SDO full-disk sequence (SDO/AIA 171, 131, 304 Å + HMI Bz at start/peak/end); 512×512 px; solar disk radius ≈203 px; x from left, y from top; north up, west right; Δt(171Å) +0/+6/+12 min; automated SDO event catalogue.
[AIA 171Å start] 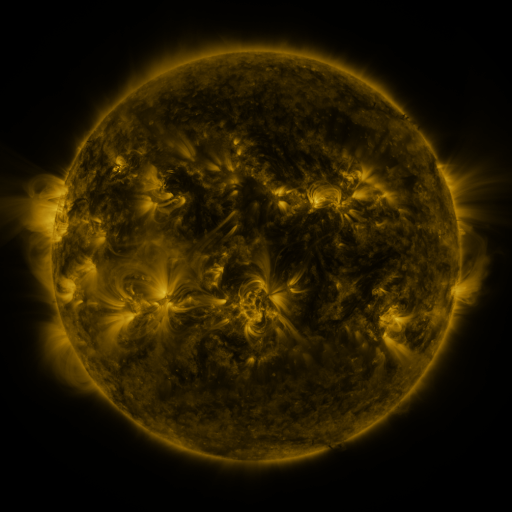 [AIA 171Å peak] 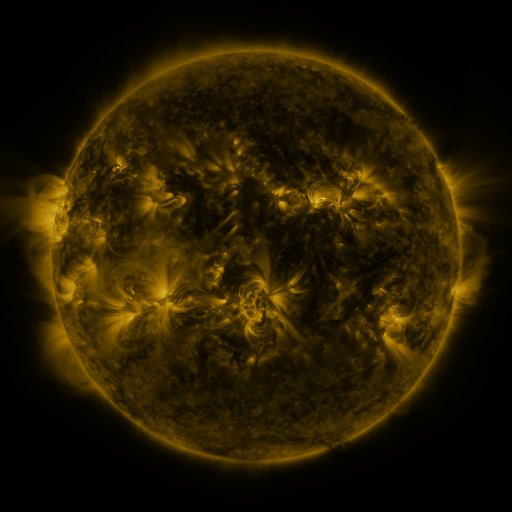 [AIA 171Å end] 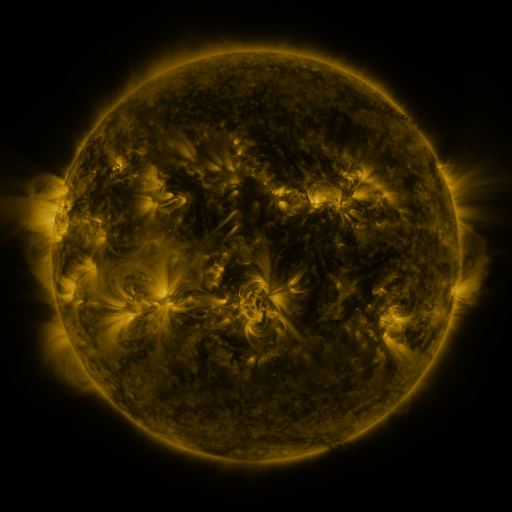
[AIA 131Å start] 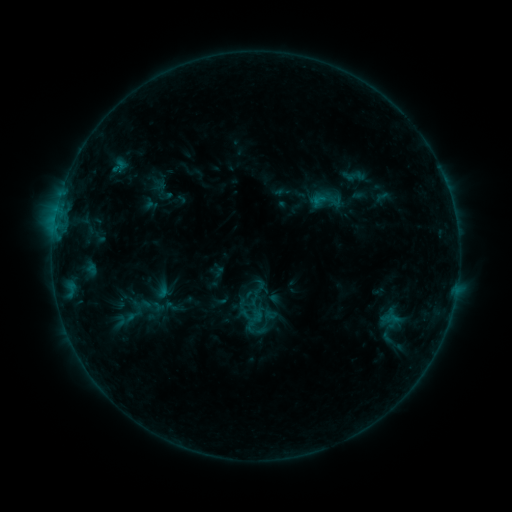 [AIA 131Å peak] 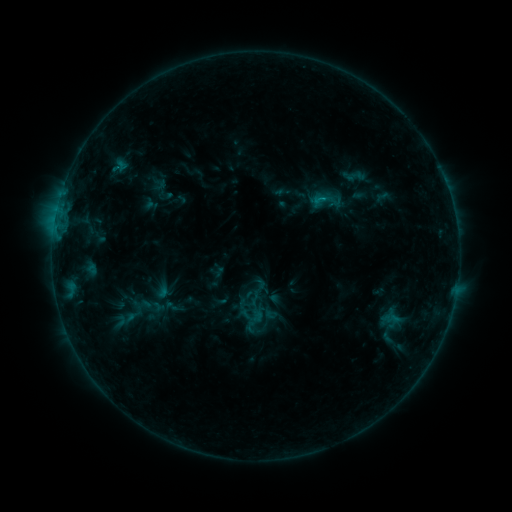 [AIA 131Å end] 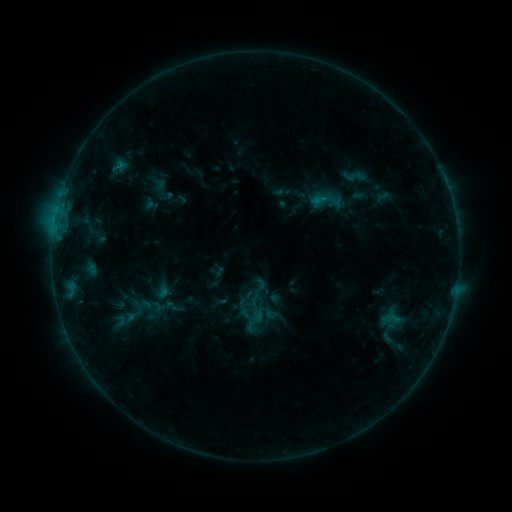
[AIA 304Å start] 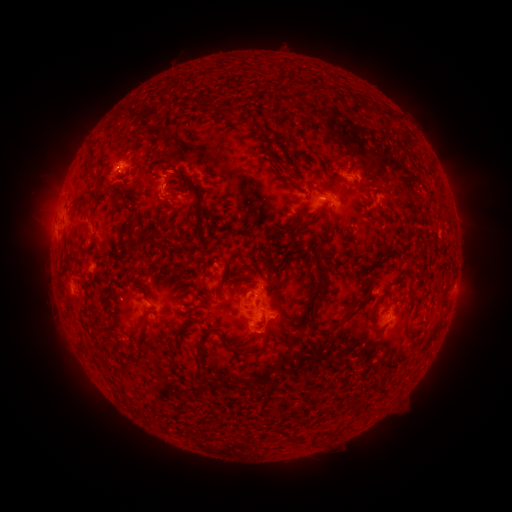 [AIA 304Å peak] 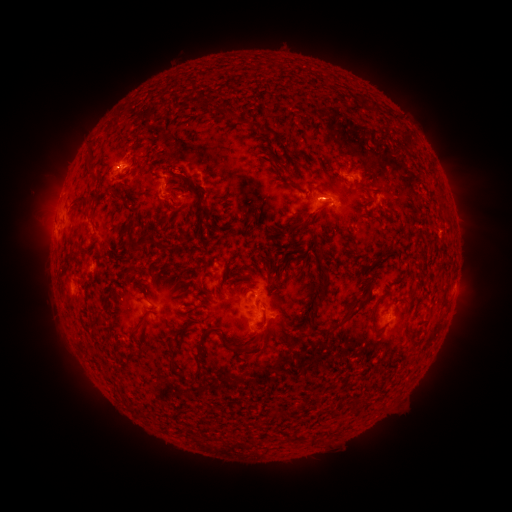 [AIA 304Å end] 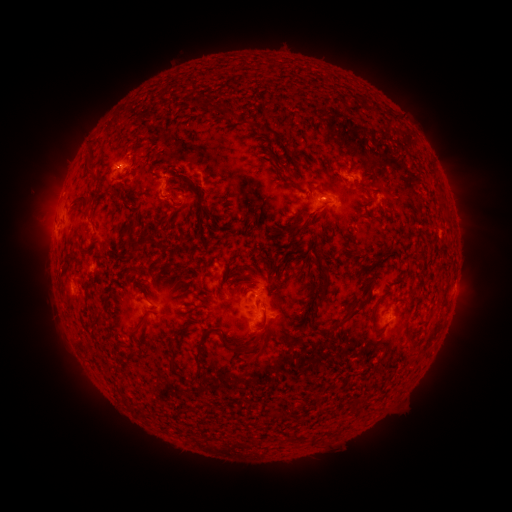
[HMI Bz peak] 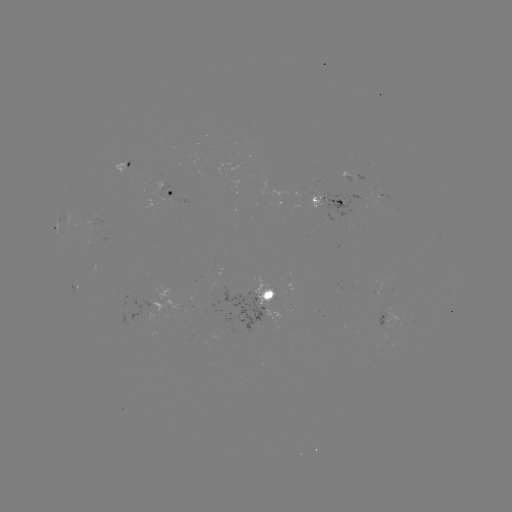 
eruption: <bbox>158, 149, 203, 194</bbox>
